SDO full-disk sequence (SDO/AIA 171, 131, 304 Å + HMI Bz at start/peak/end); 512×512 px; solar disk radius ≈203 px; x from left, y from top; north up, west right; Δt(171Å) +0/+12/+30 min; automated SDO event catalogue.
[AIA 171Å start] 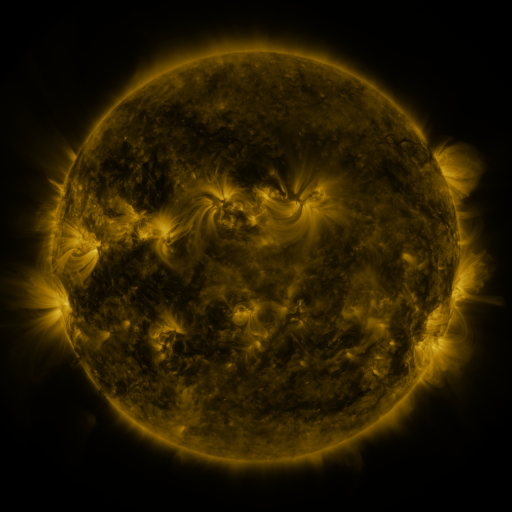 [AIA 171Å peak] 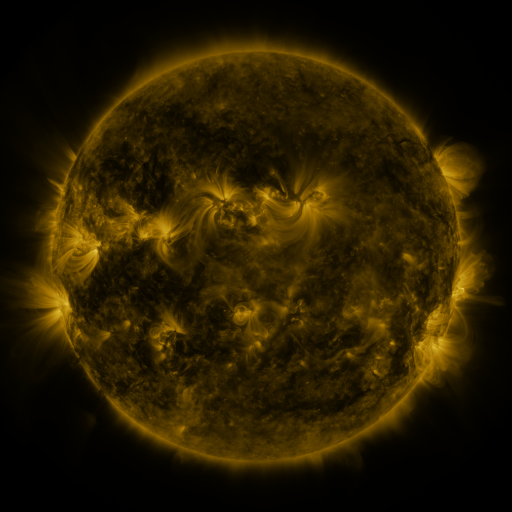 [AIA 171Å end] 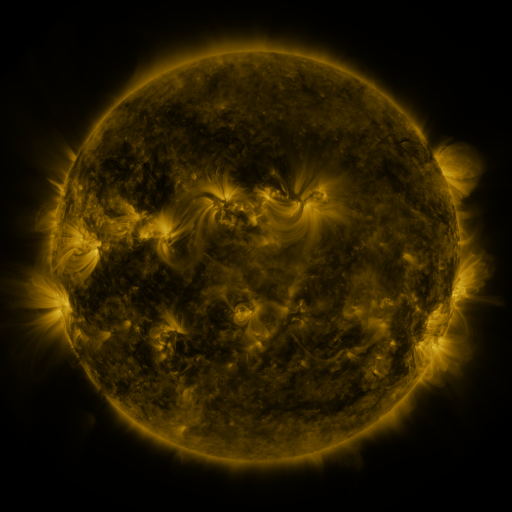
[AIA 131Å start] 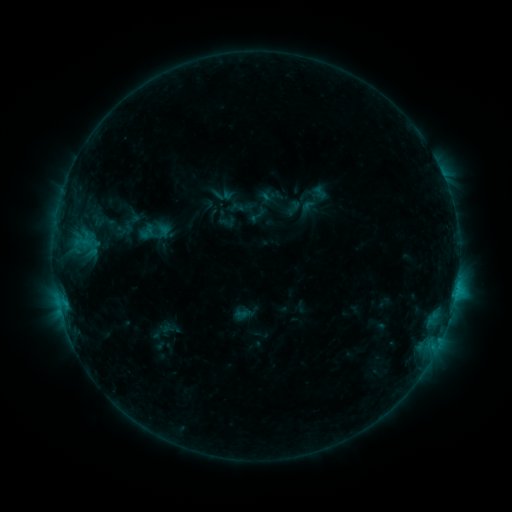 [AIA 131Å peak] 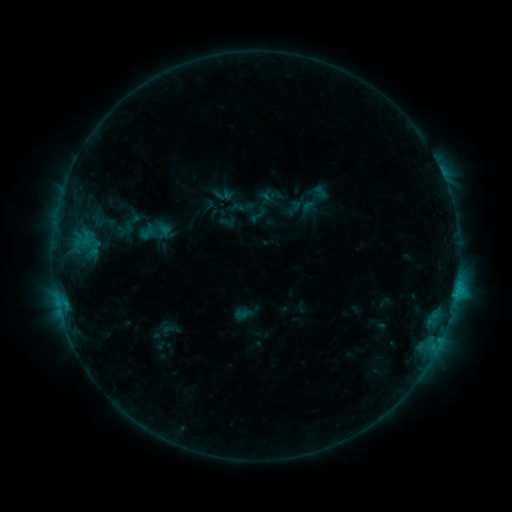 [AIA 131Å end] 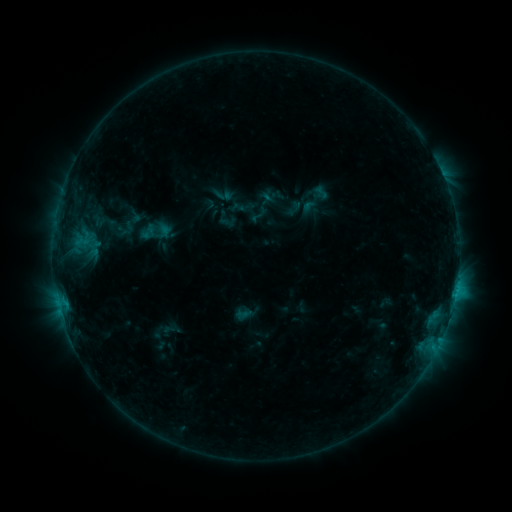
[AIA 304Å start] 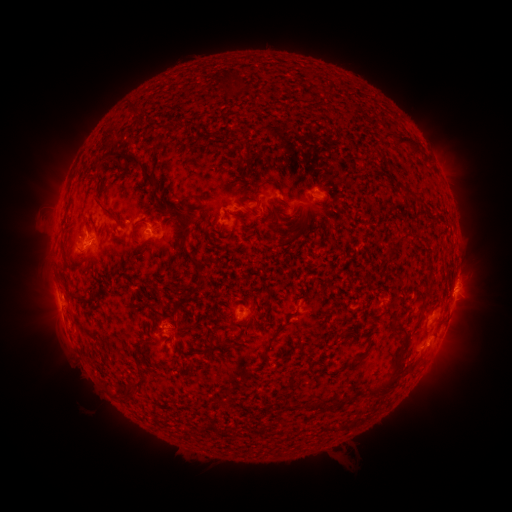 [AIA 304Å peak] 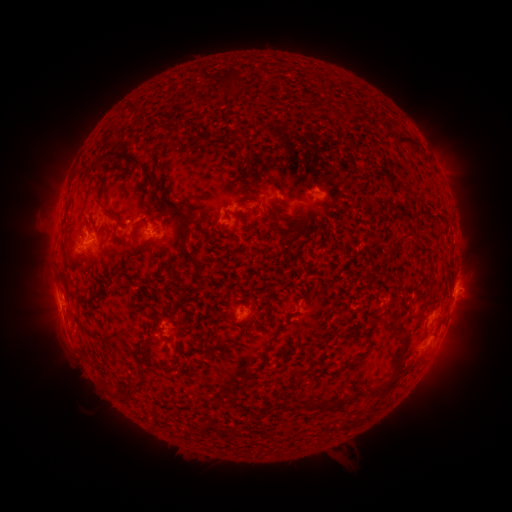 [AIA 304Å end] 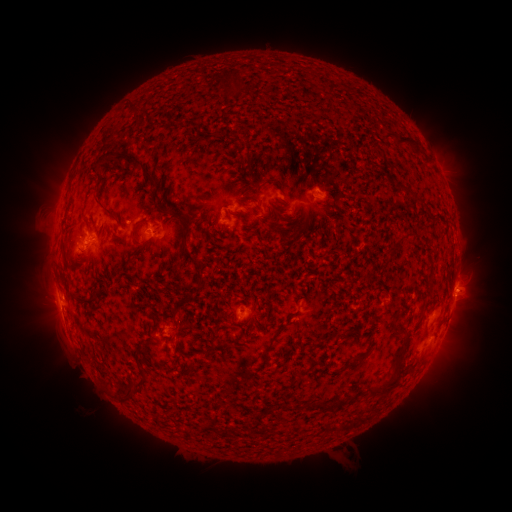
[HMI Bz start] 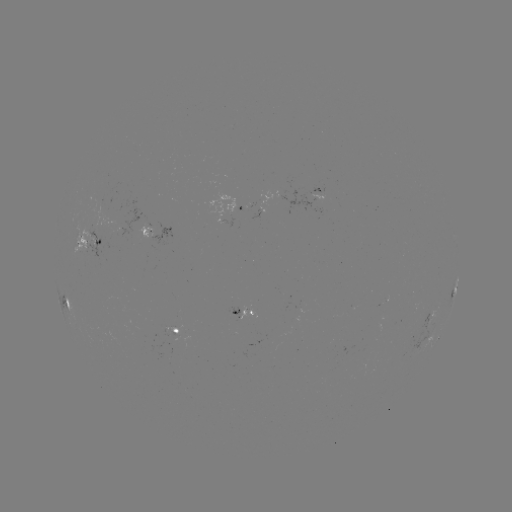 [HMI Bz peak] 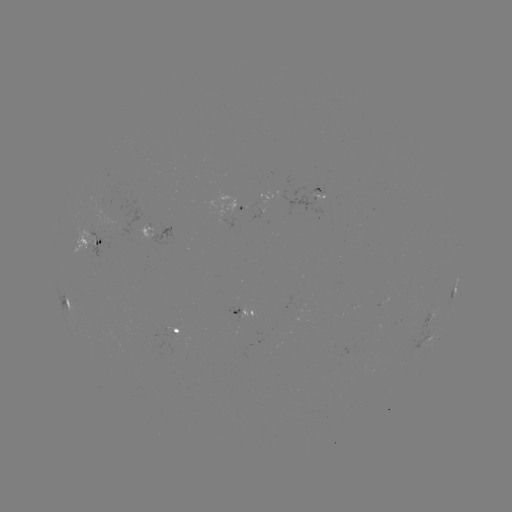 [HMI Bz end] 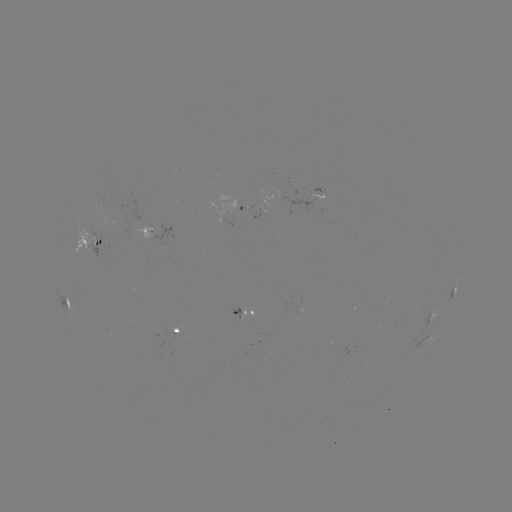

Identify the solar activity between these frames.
no catalogued flare and no flagged EUV brightening in this window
